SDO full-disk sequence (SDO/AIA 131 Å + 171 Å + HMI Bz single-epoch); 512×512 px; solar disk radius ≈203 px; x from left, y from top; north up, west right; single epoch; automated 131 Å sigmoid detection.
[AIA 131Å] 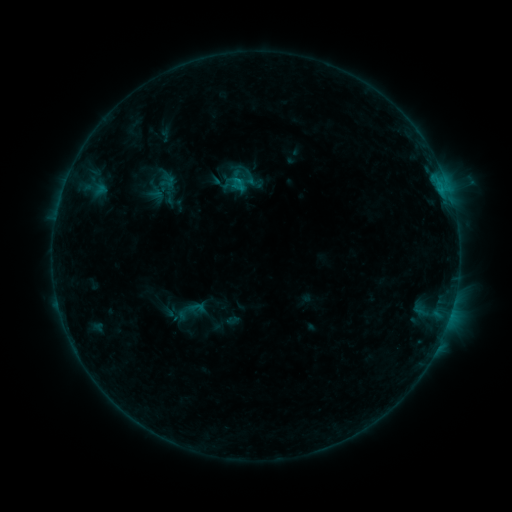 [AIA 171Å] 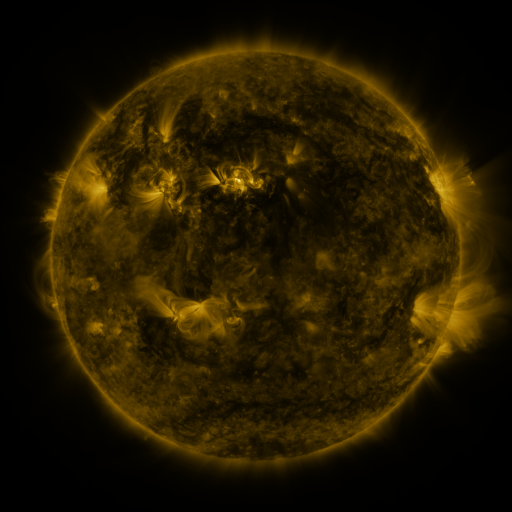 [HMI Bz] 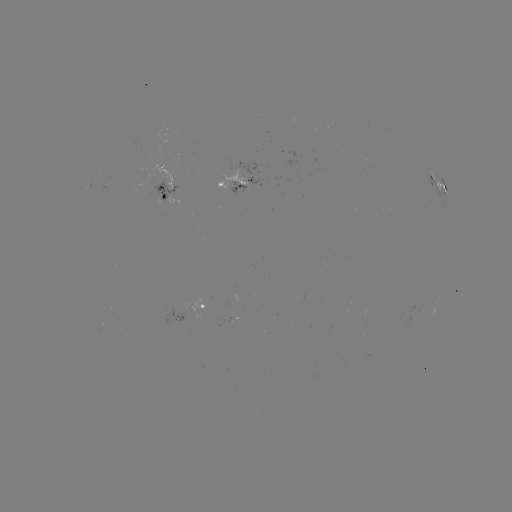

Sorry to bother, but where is sigmoid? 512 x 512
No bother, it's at (239, 183).